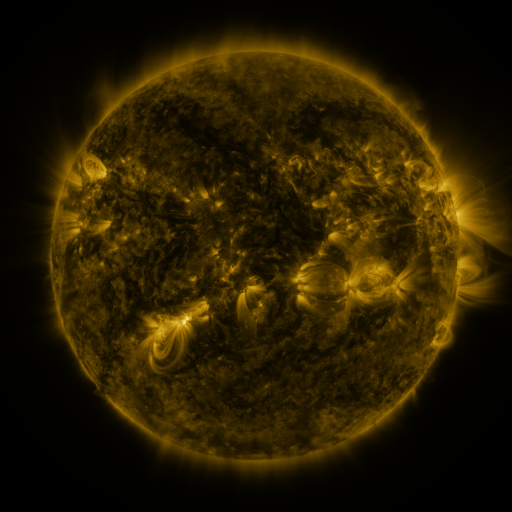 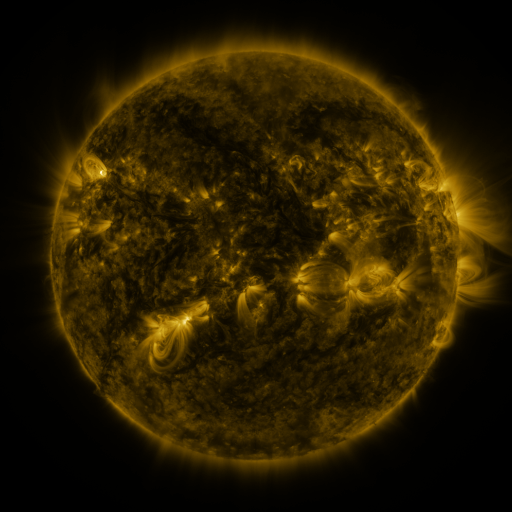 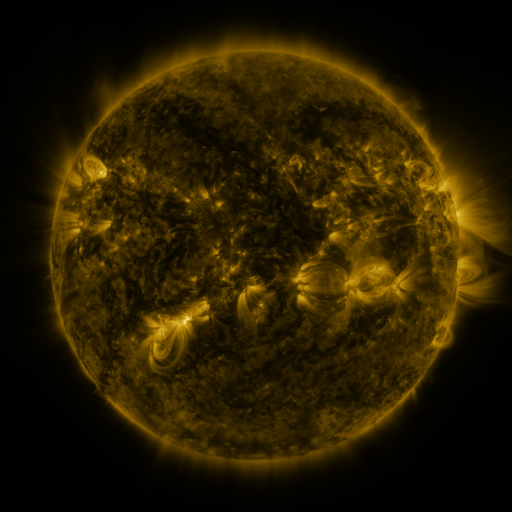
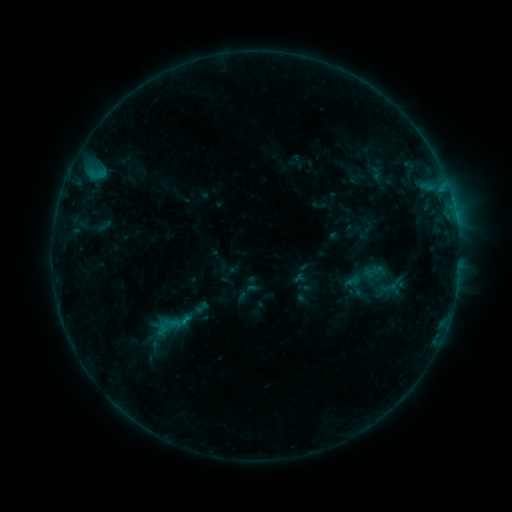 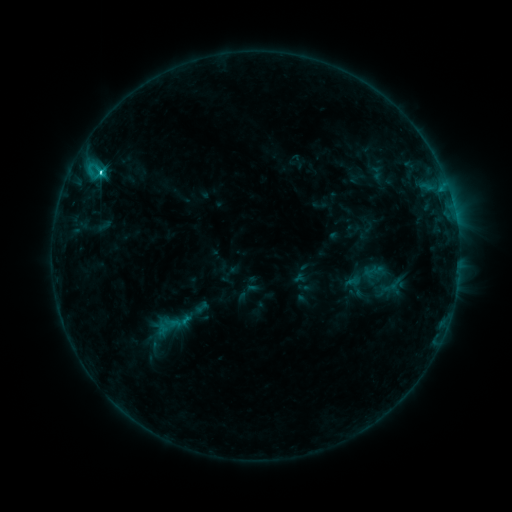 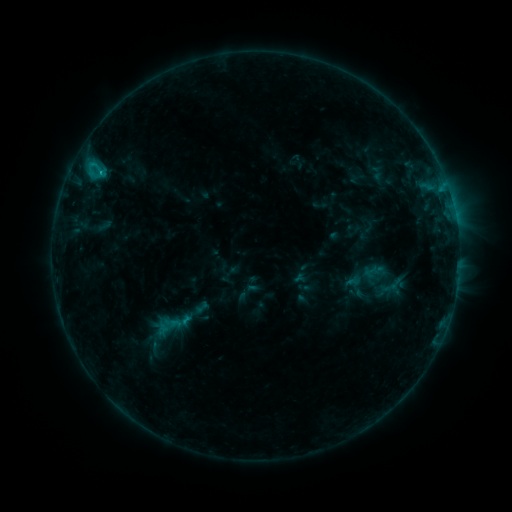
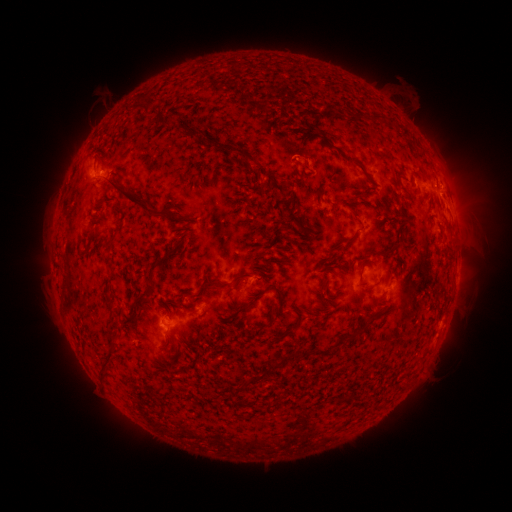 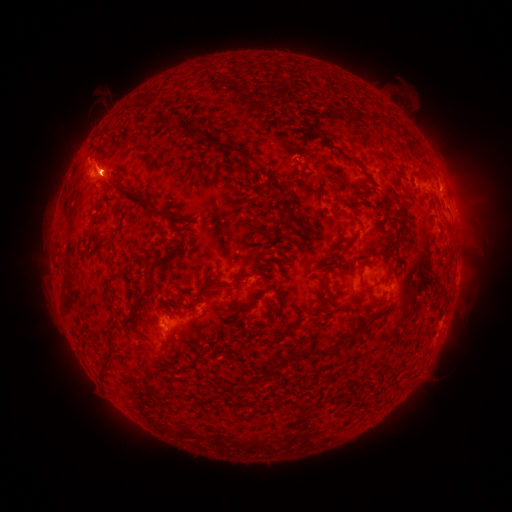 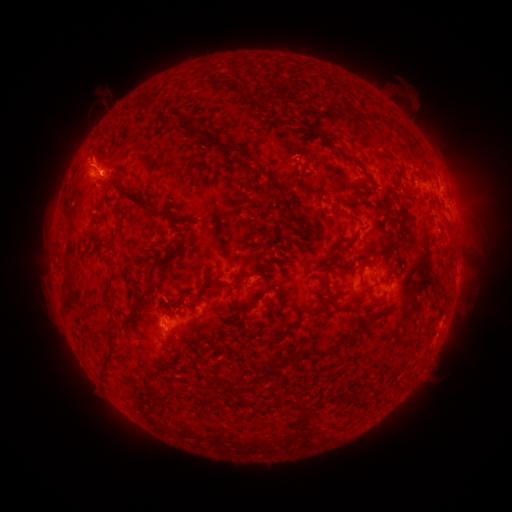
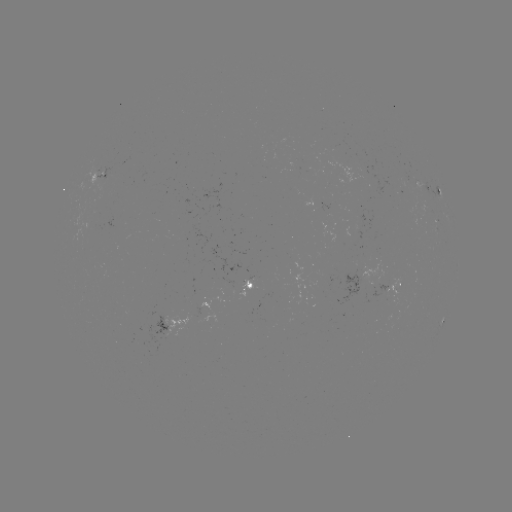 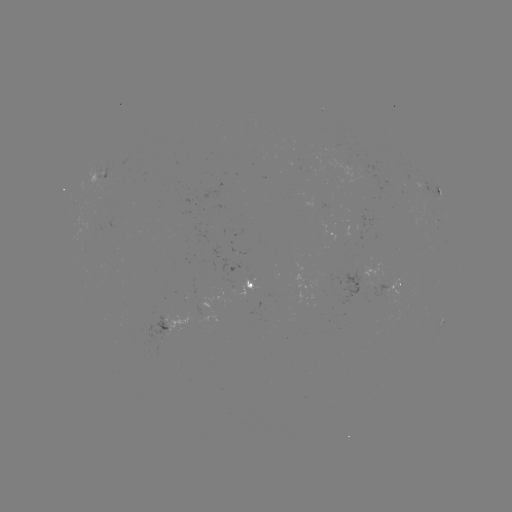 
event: flare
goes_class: C2.3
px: (101, 175)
